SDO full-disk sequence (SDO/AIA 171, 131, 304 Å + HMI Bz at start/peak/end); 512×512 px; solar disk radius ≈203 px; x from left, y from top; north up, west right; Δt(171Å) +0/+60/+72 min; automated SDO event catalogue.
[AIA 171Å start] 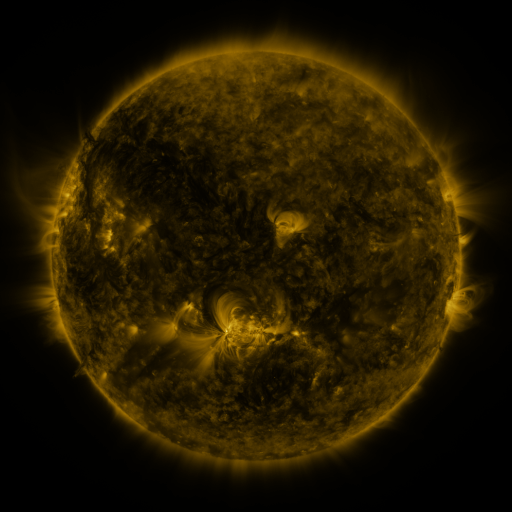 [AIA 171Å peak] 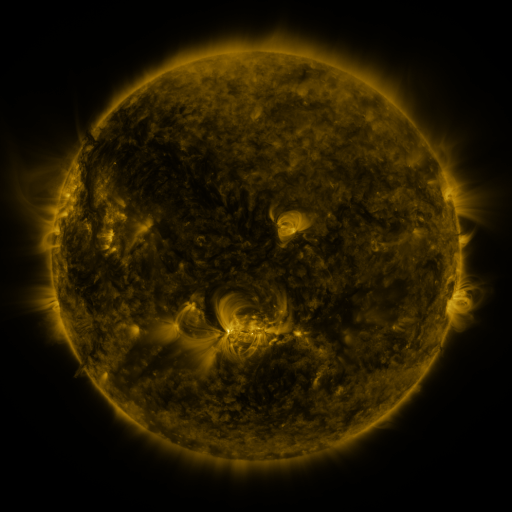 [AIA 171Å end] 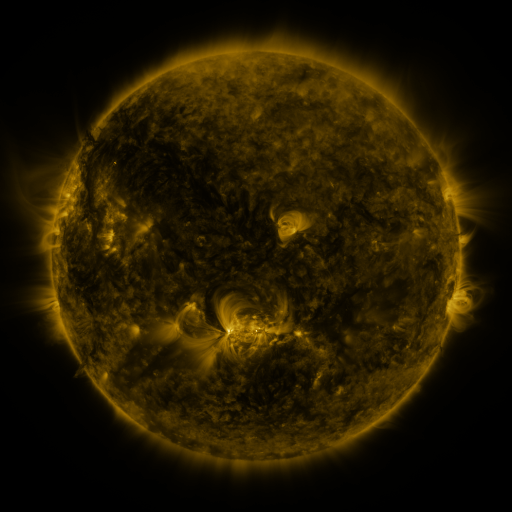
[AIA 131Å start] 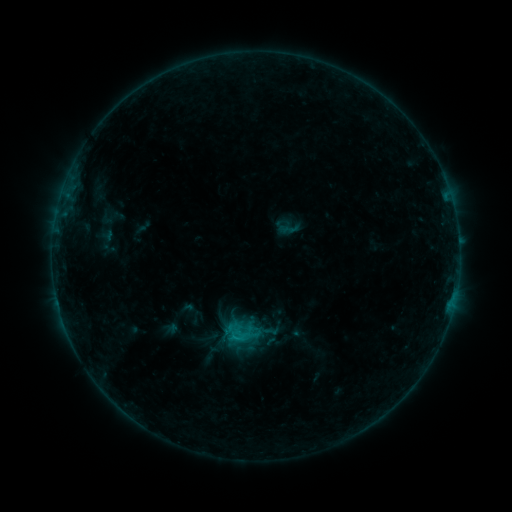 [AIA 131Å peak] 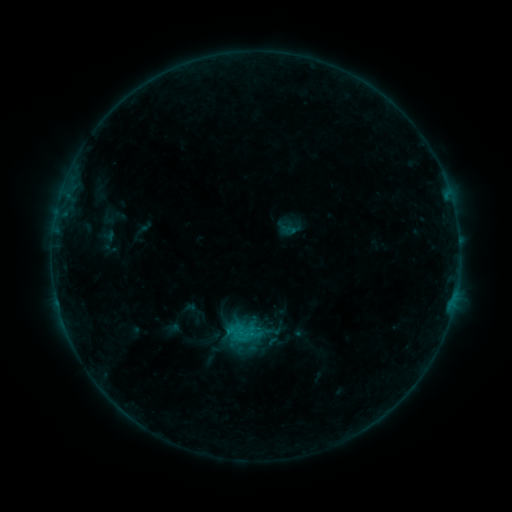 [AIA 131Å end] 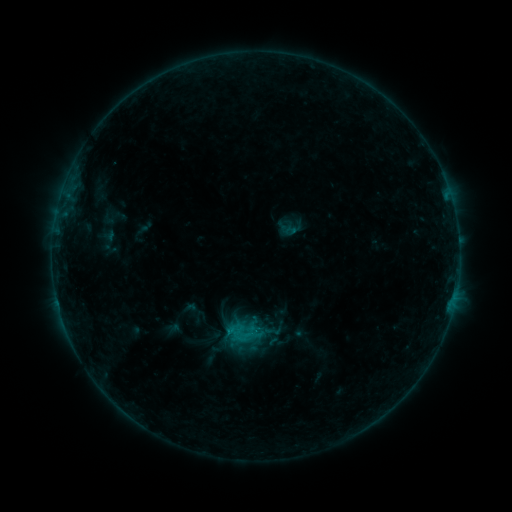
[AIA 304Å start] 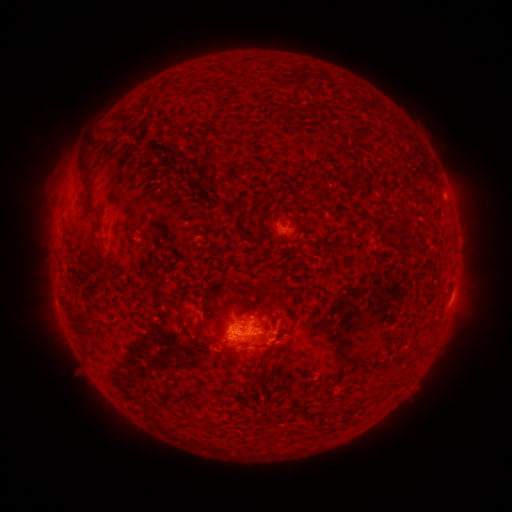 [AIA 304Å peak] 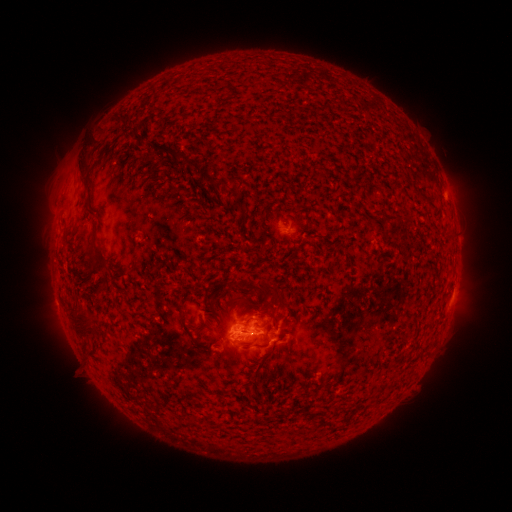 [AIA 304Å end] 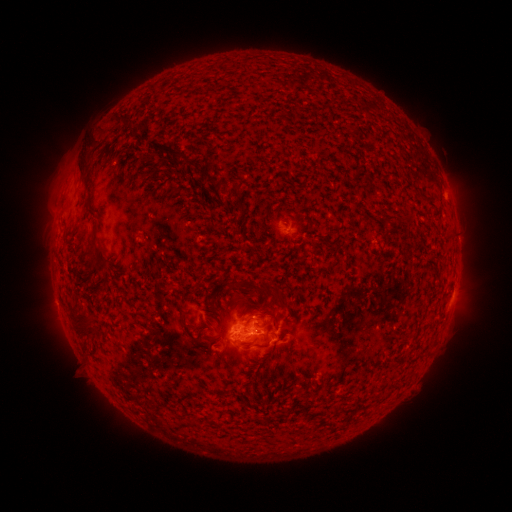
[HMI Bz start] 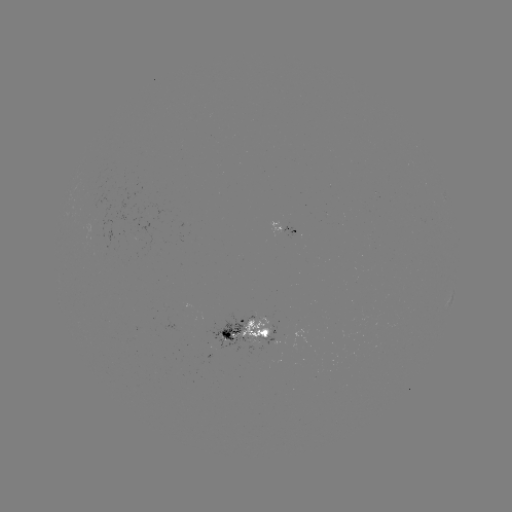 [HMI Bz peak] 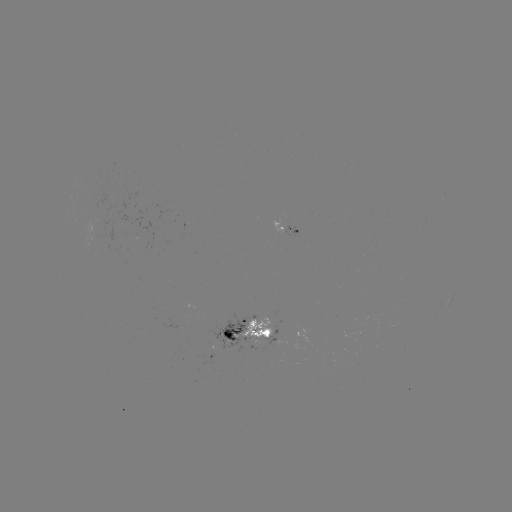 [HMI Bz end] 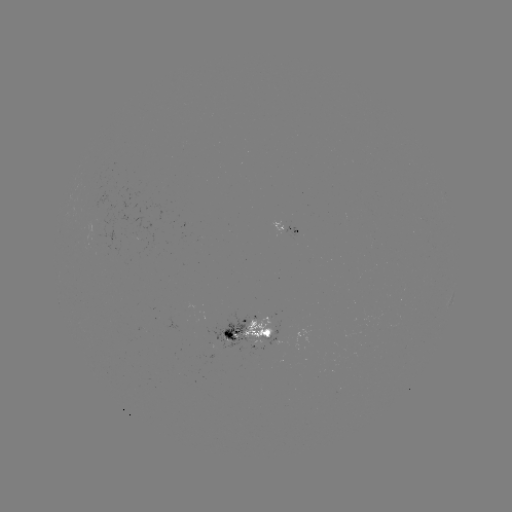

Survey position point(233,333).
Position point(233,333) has emerging-flux region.